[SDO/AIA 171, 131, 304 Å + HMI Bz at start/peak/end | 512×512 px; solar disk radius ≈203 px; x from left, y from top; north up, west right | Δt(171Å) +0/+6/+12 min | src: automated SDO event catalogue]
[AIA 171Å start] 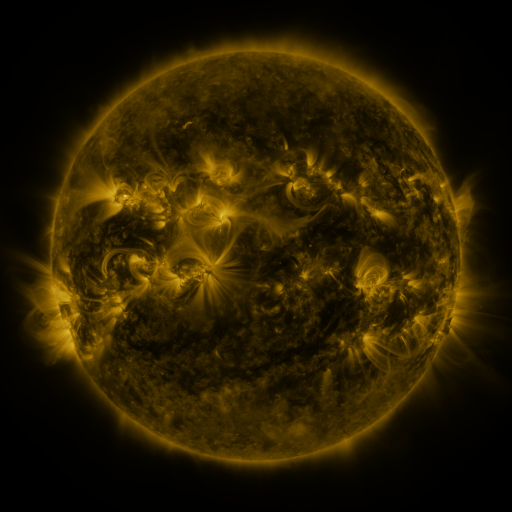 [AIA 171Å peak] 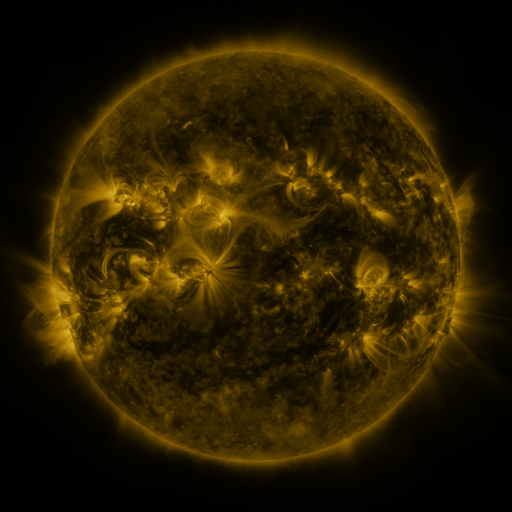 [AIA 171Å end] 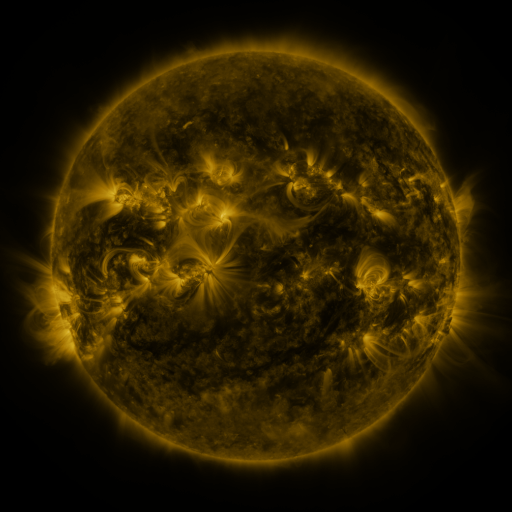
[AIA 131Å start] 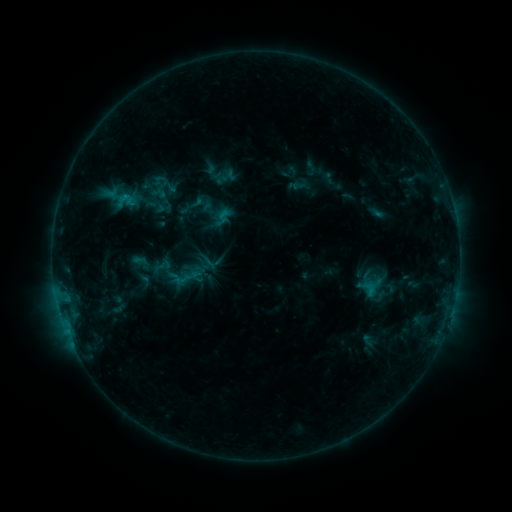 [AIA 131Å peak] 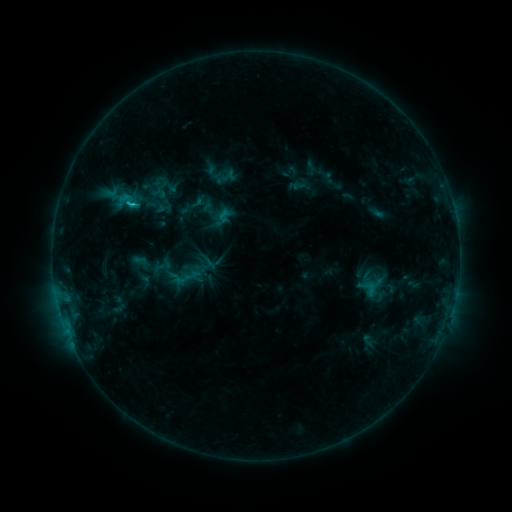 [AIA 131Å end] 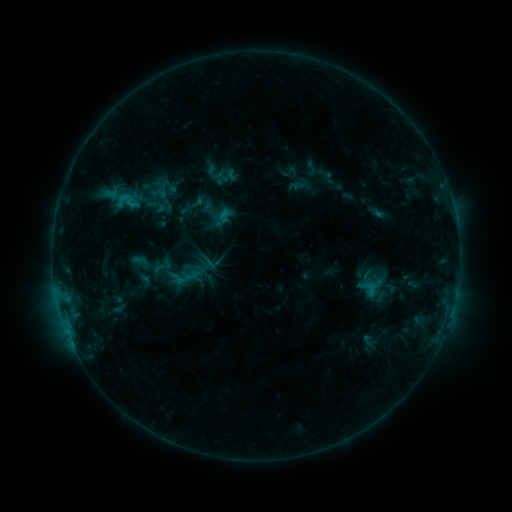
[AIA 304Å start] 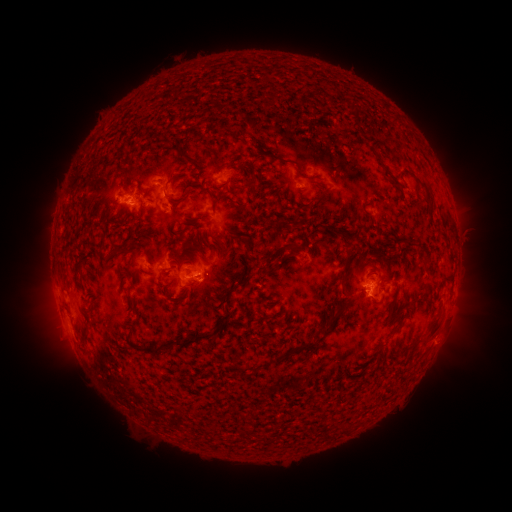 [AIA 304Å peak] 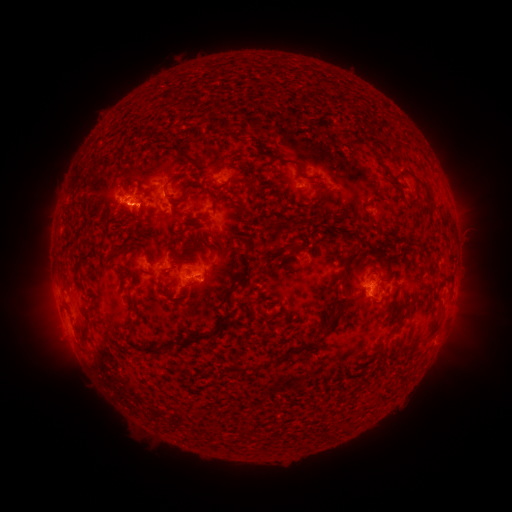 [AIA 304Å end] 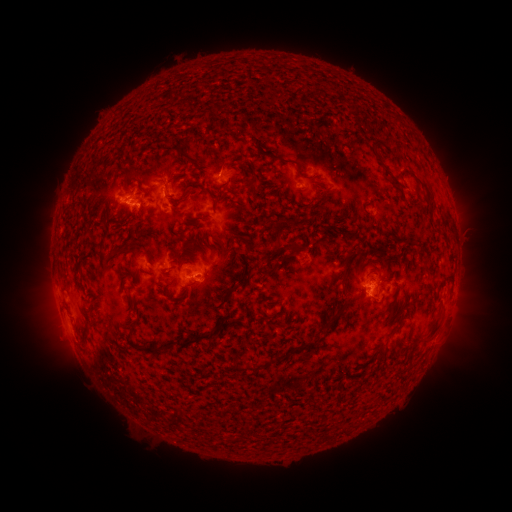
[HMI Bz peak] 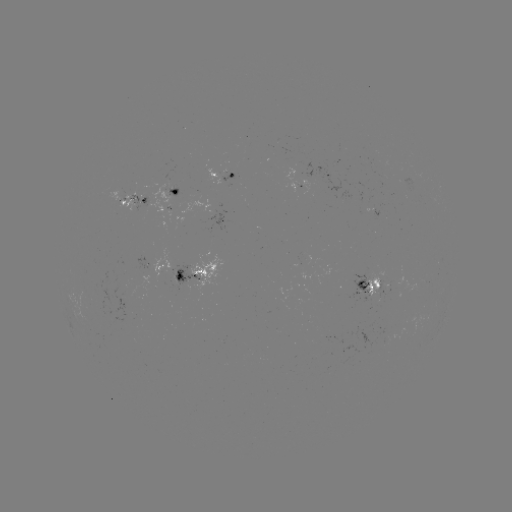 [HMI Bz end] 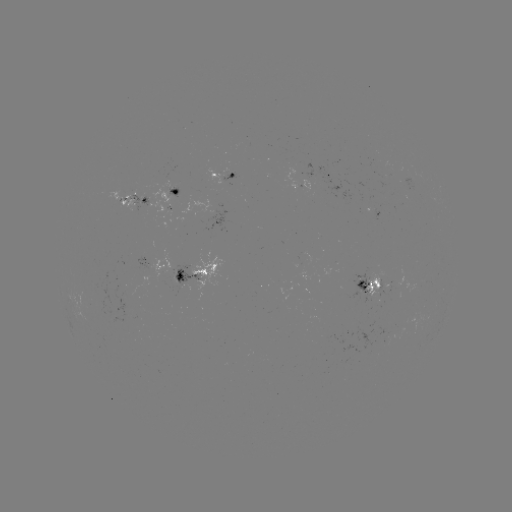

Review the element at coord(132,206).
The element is C1.2 flare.